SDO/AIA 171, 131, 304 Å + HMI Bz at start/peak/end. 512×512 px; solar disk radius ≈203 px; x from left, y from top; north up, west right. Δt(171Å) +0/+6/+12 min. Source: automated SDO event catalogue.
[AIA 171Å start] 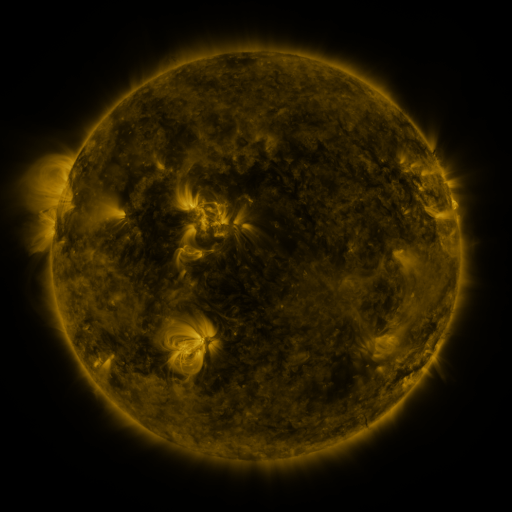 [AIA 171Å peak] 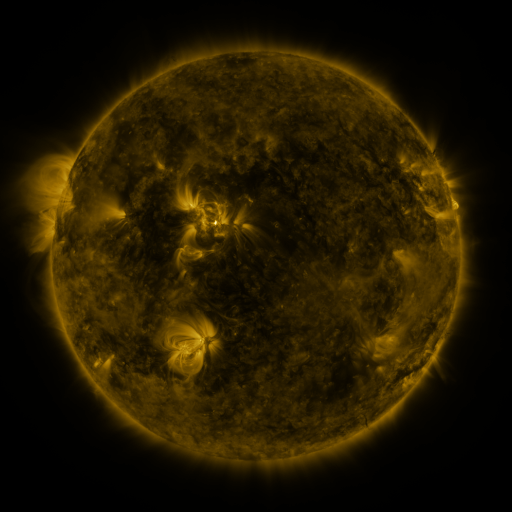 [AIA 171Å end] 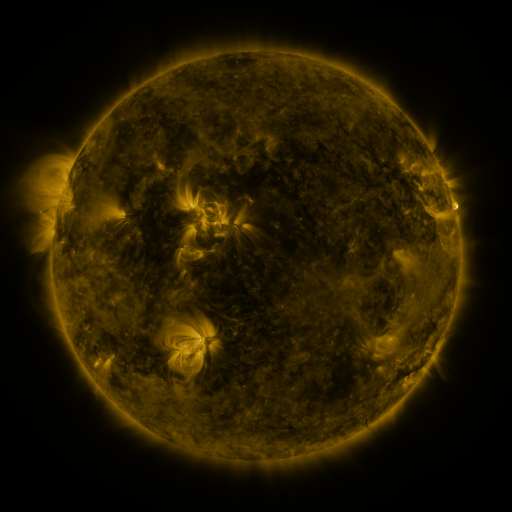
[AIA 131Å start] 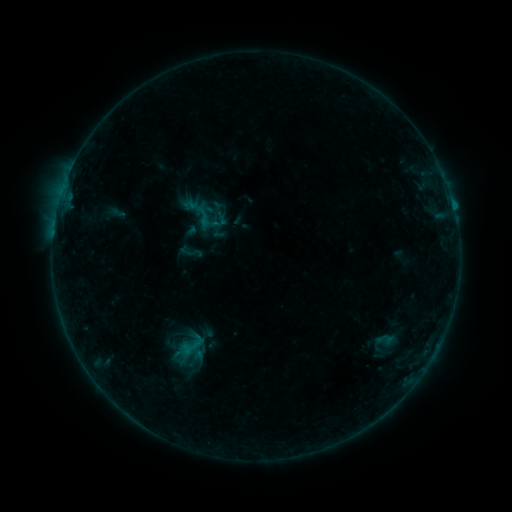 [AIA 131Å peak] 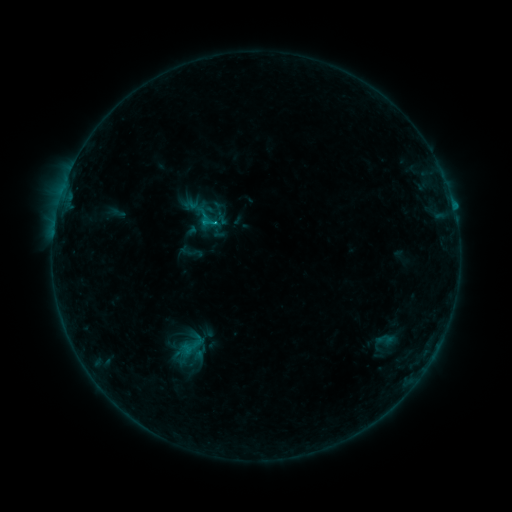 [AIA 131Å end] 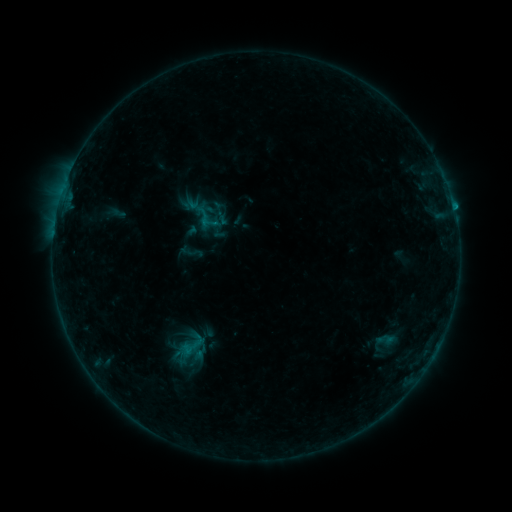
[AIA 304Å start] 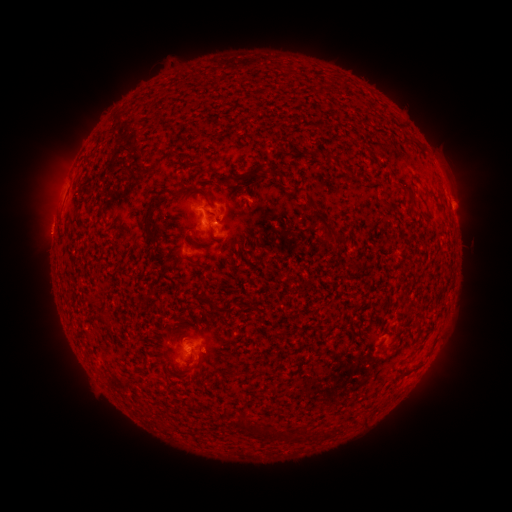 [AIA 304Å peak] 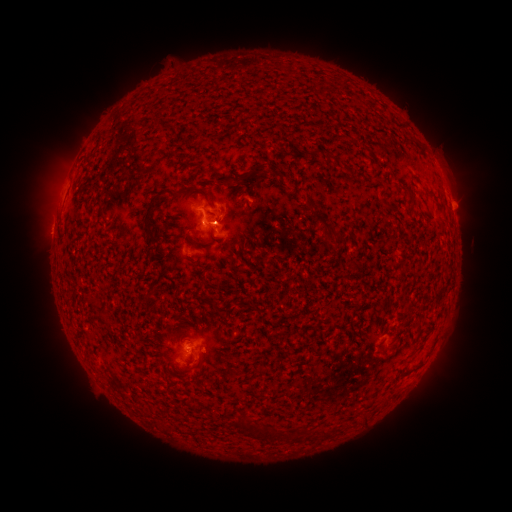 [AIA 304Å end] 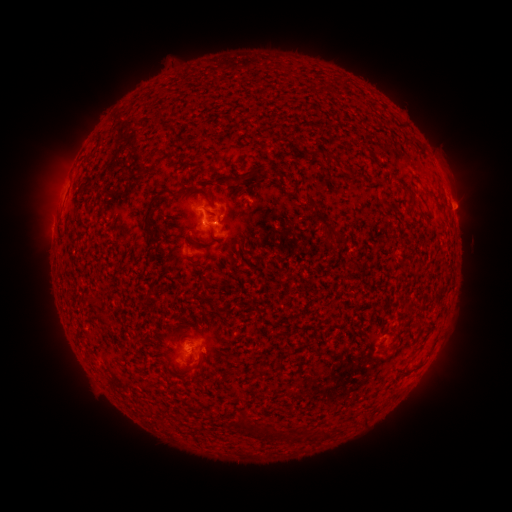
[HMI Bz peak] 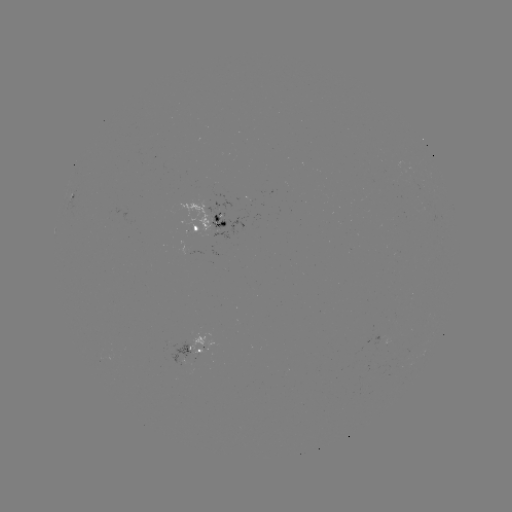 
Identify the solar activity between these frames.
B8.5 flare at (215, 226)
